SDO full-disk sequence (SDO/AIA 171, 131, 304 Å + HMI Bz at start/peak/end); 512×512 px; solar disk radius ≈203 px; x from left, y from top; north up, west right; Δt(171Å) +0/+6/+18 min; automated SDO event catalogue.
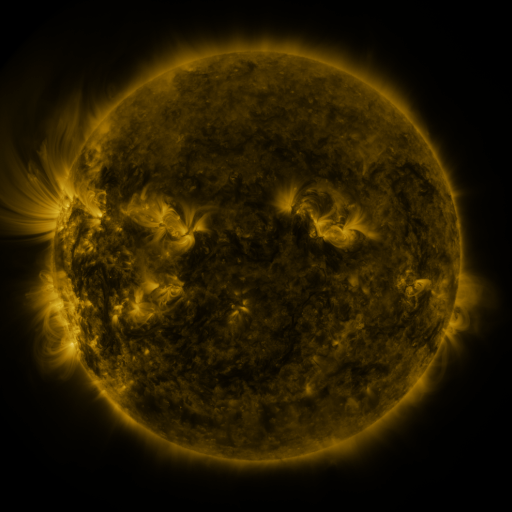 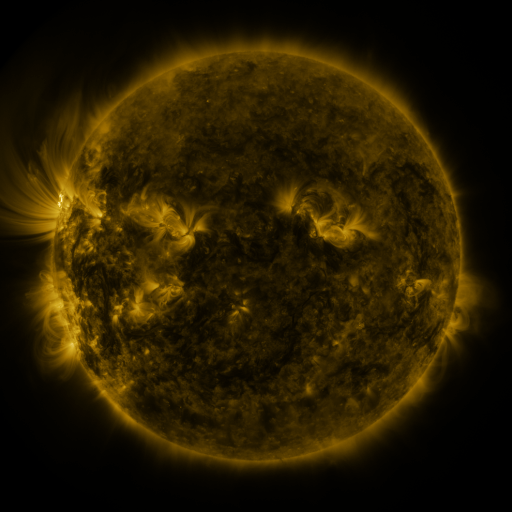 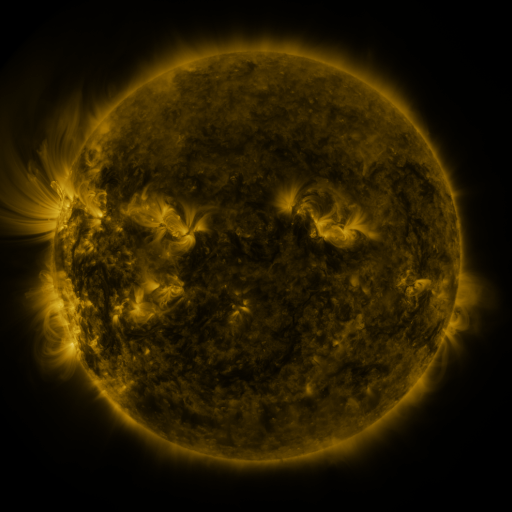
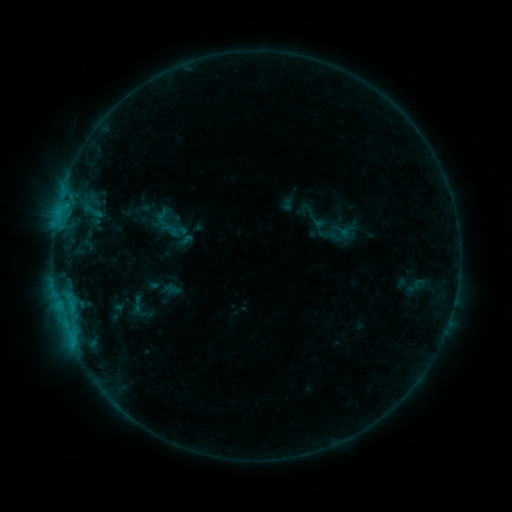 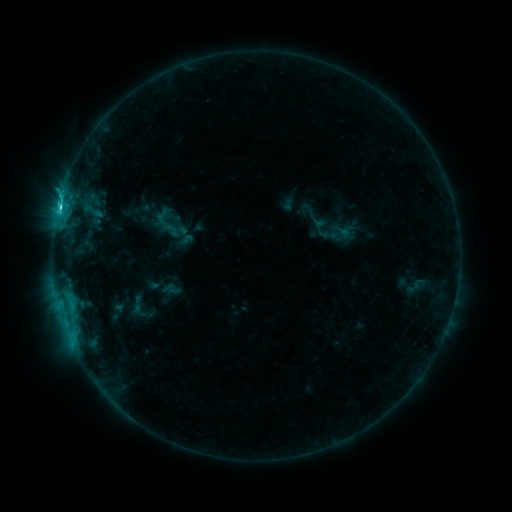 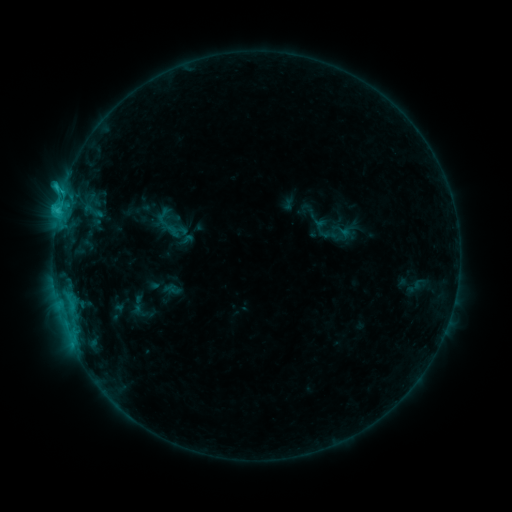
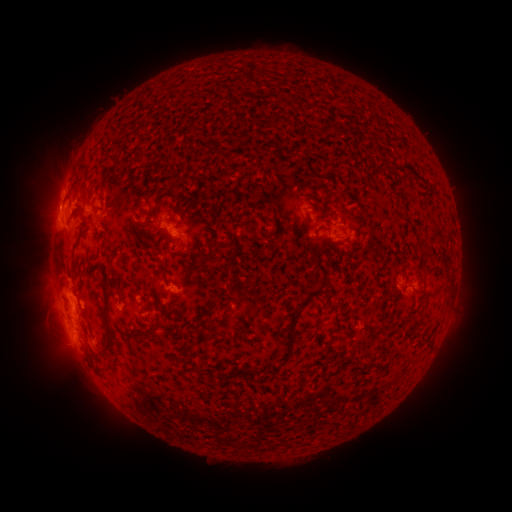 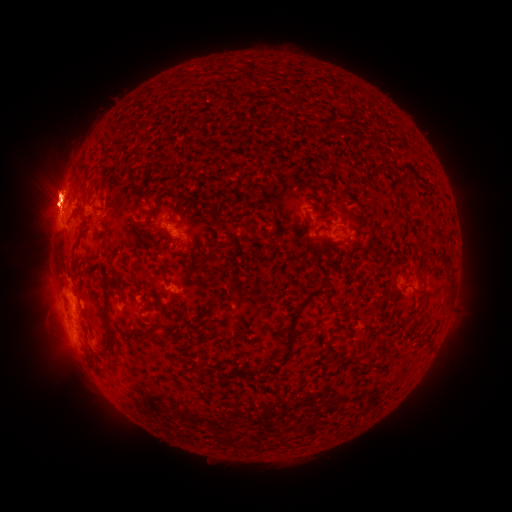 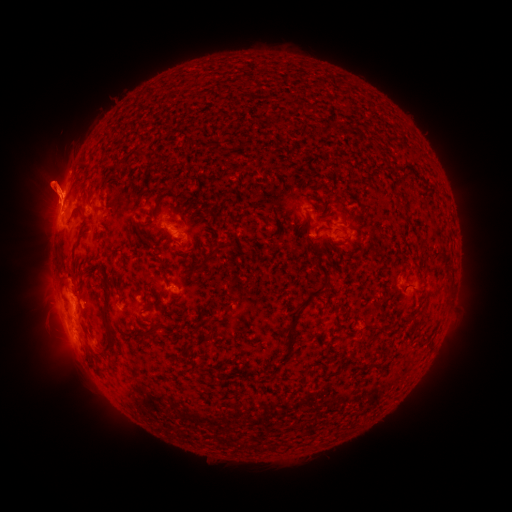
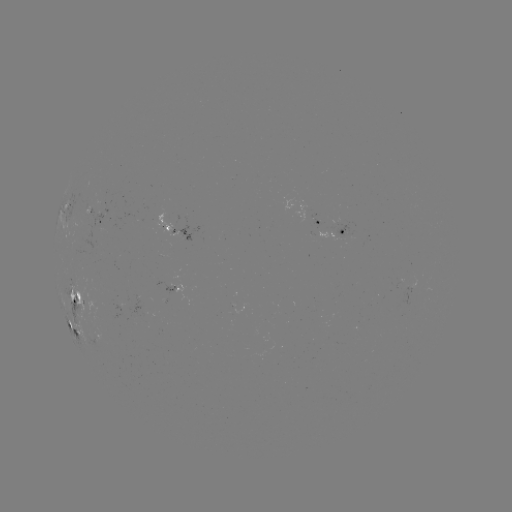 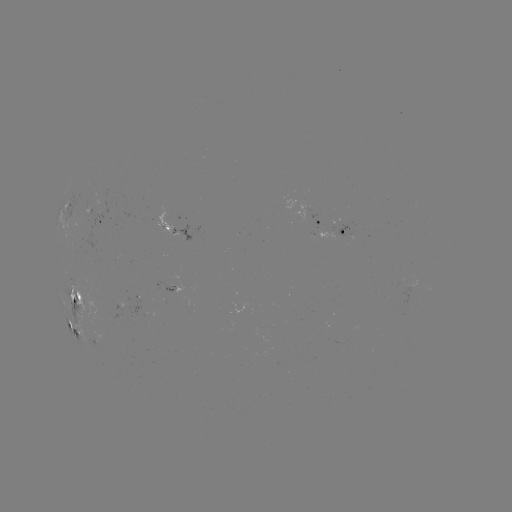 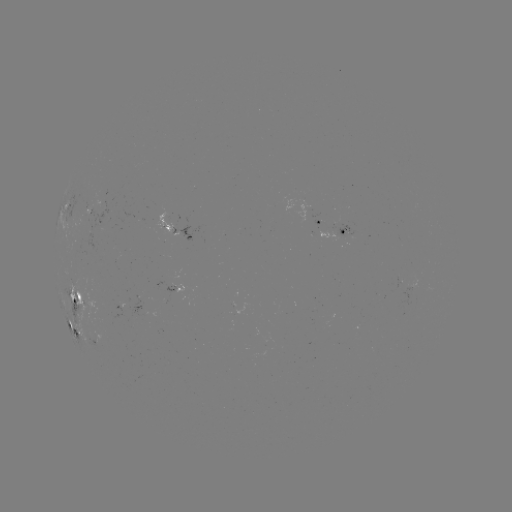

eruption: (11, 128, 111, 259)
